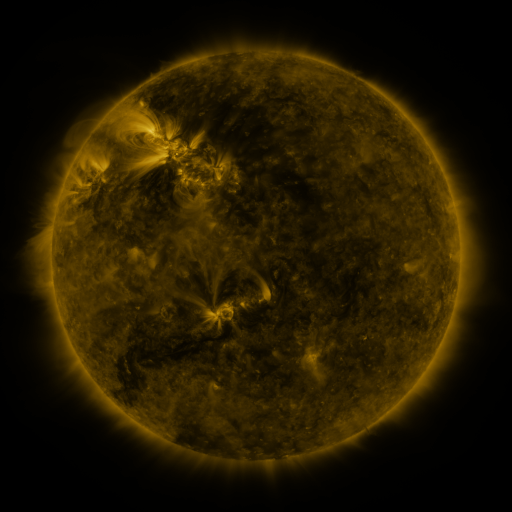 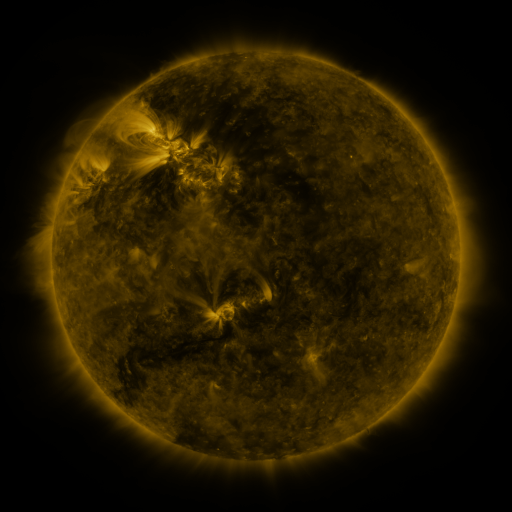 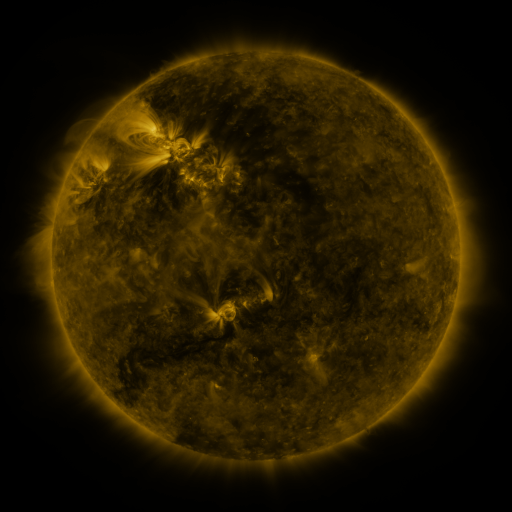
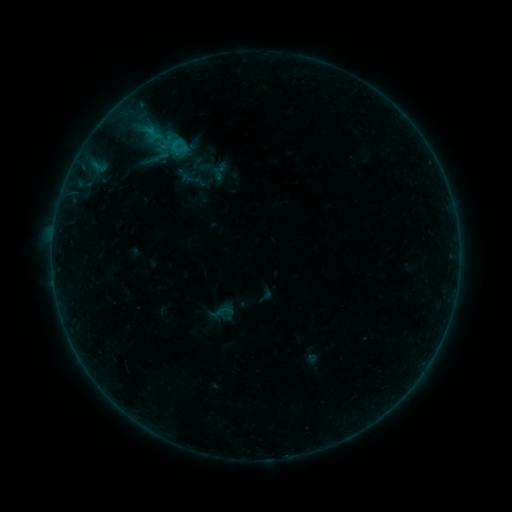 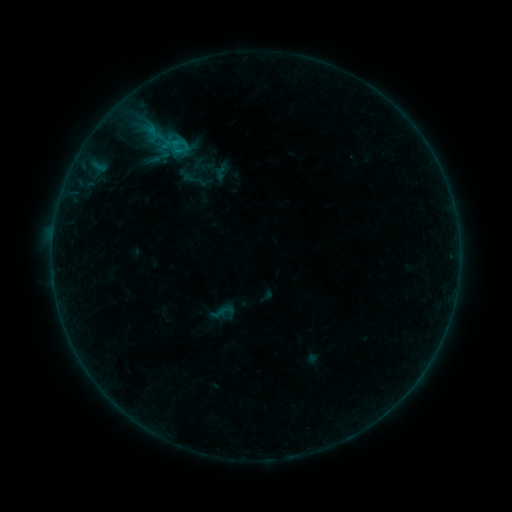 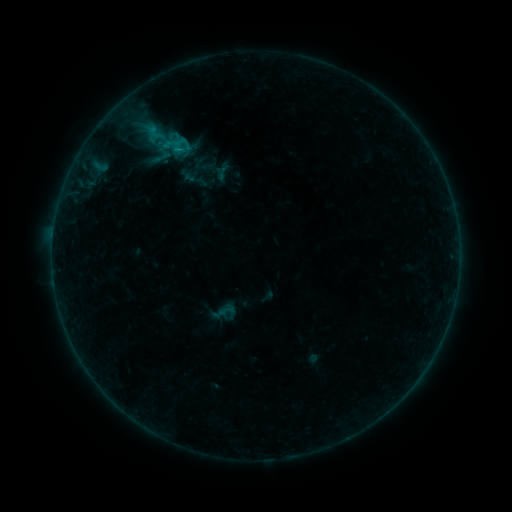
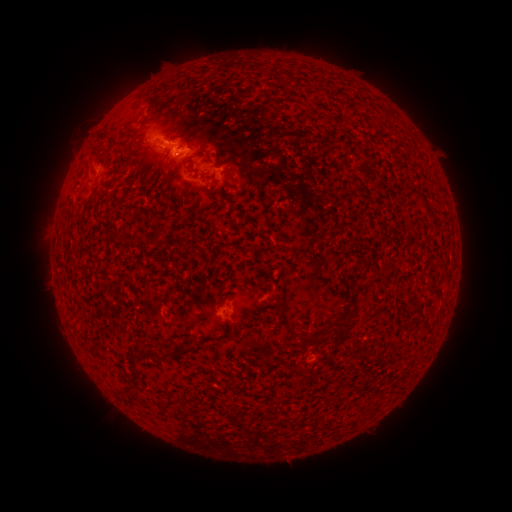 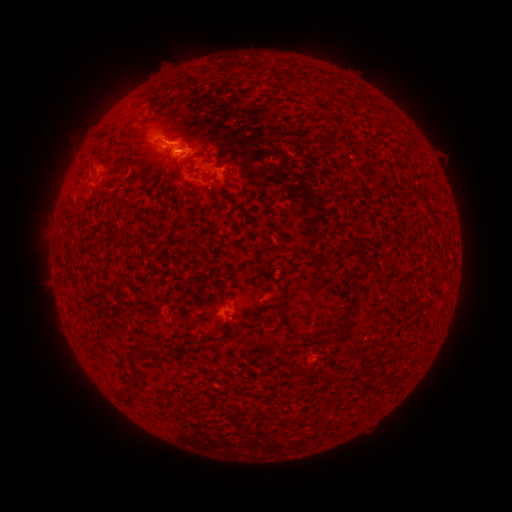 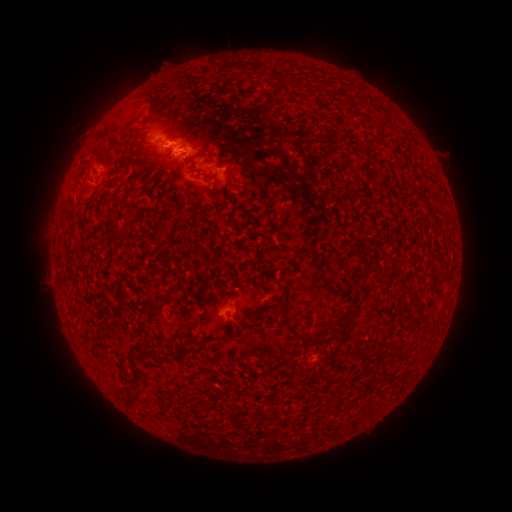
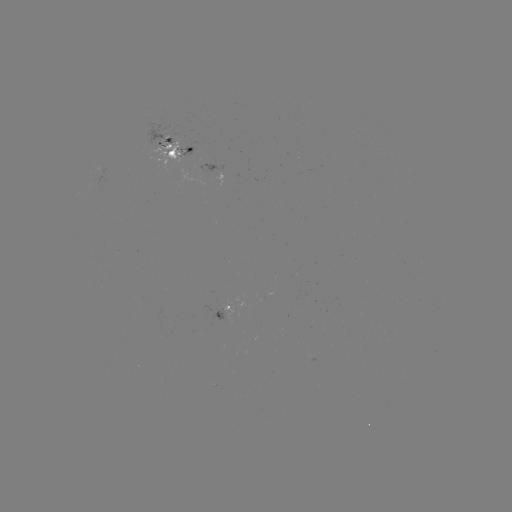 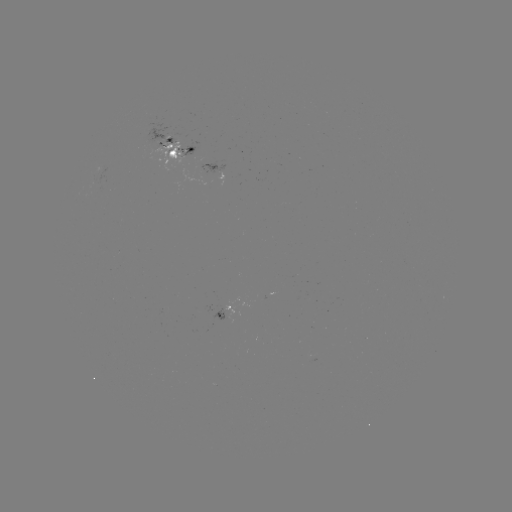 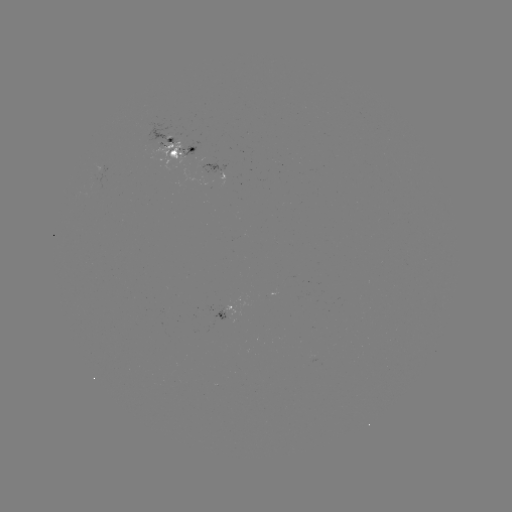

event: emerging-flux region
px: (184, 156)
